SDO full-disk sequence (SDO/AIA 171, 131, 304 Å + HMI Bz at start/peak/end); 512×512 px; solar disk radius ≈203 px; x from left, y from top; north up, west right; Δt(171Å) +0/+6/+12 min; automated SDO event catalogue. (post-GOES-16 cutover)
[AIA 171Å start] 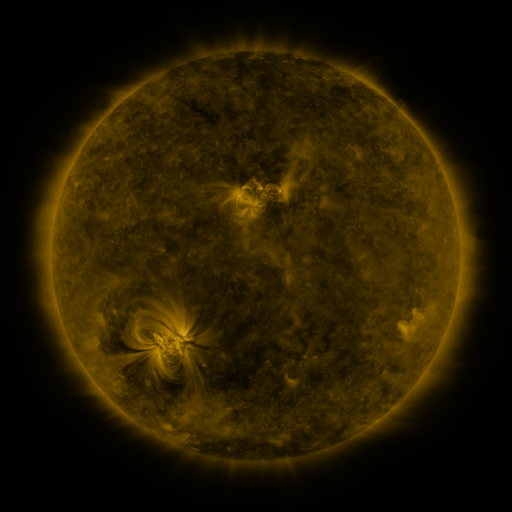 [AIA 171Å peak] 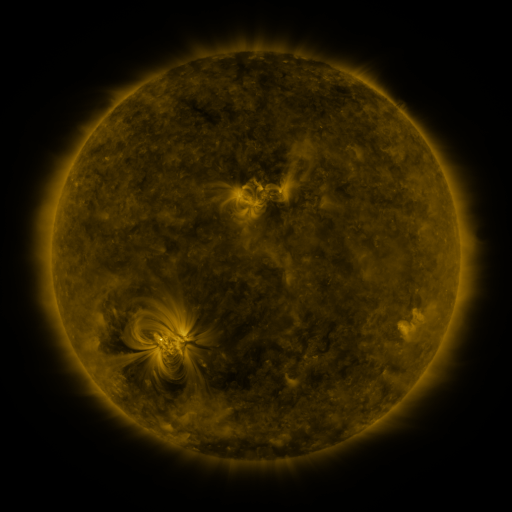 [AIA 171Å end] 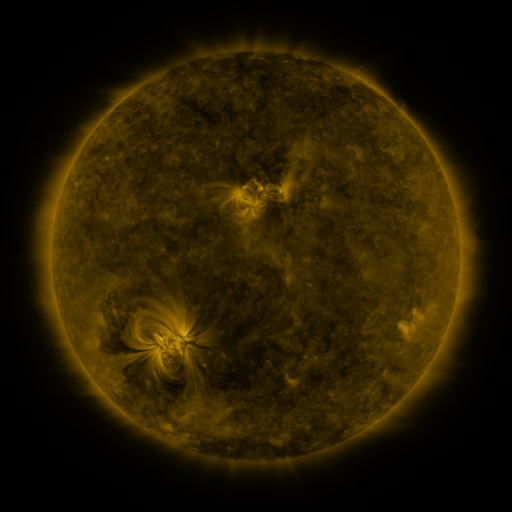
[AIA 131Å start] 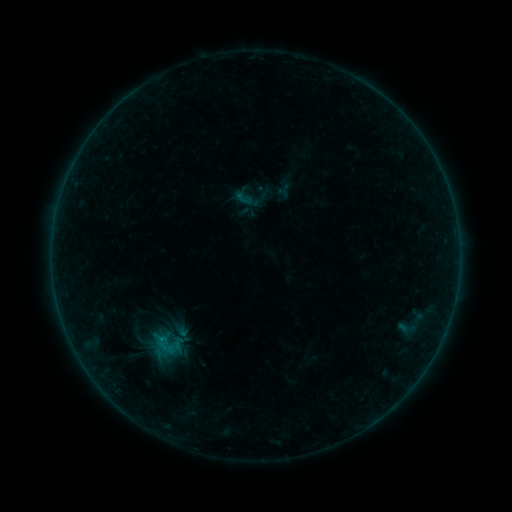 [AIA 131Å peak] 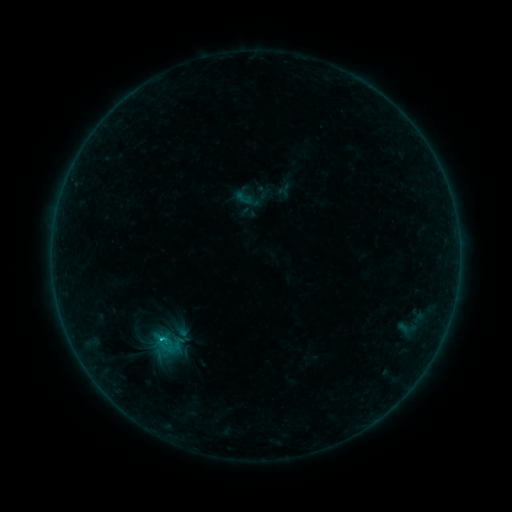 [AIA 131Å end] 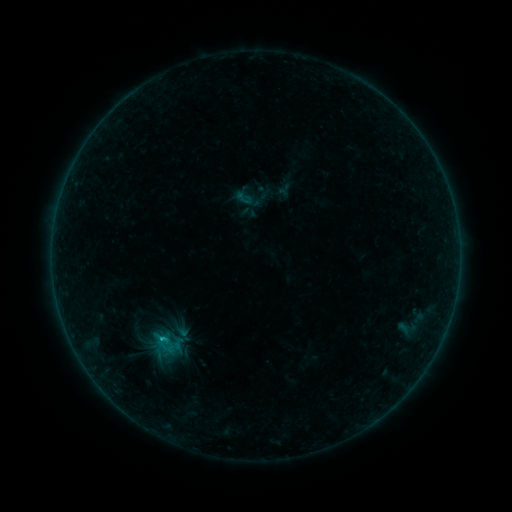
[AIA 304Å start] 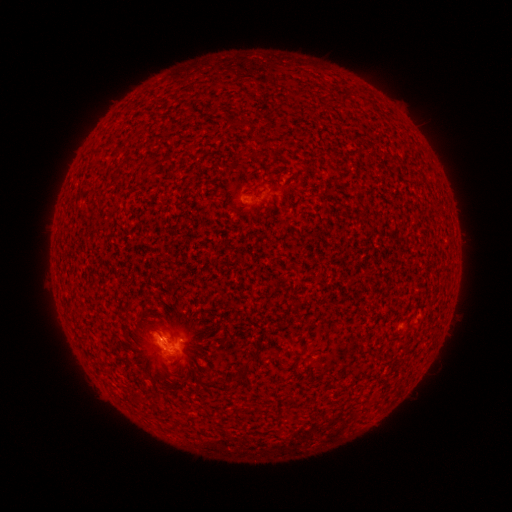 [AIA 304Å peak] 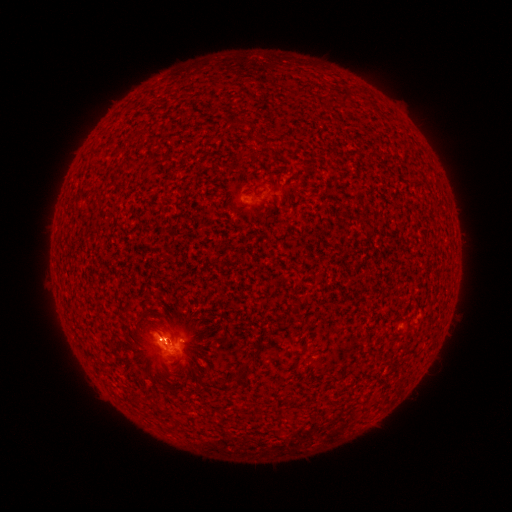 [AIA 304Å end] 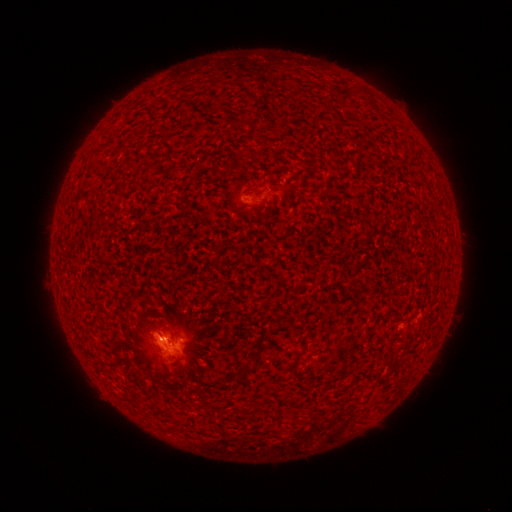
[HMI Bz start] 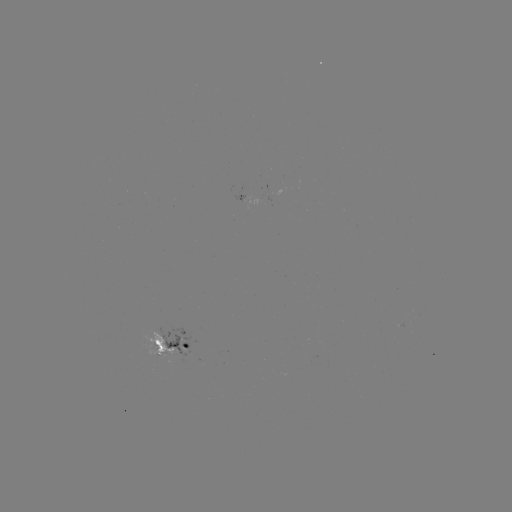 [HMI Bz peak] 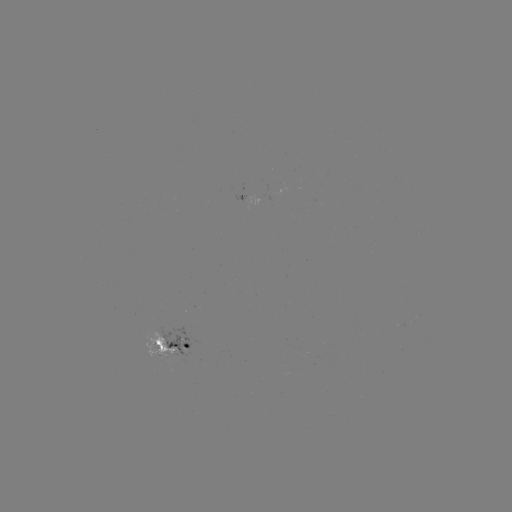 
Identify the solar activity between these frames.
B8.2 flare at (163, 336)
